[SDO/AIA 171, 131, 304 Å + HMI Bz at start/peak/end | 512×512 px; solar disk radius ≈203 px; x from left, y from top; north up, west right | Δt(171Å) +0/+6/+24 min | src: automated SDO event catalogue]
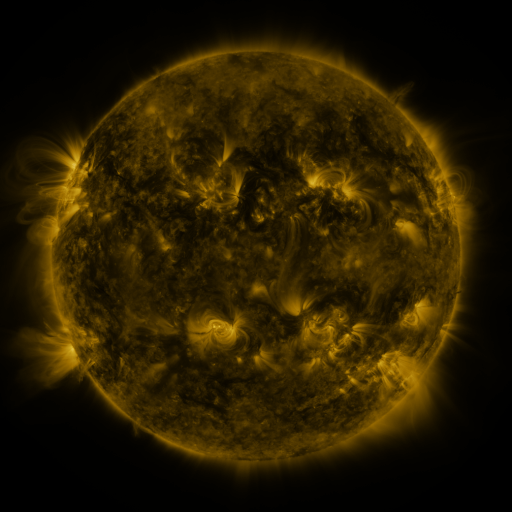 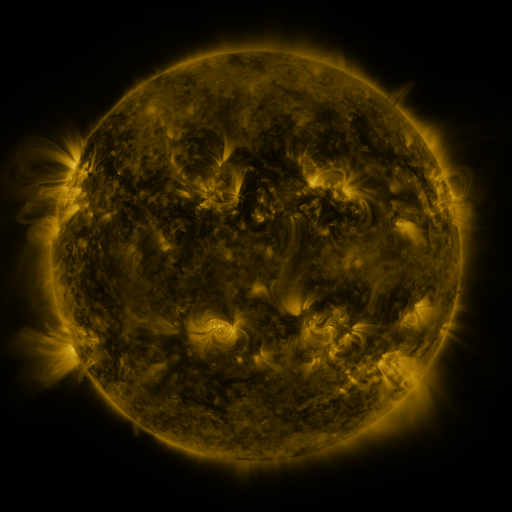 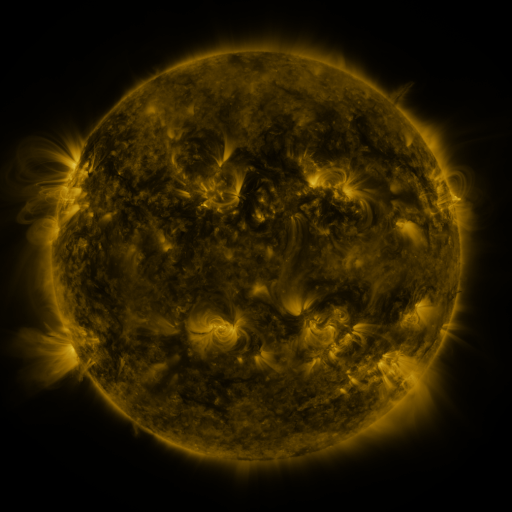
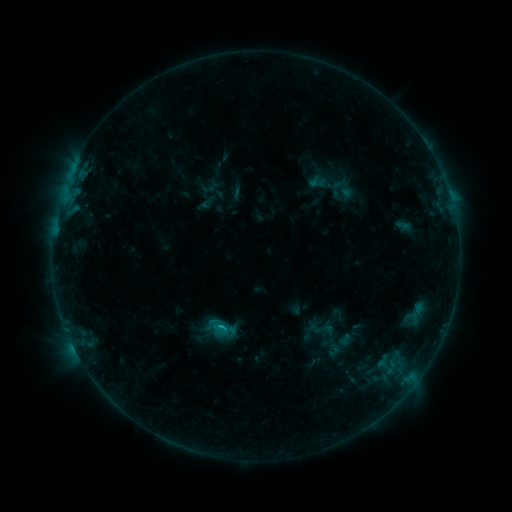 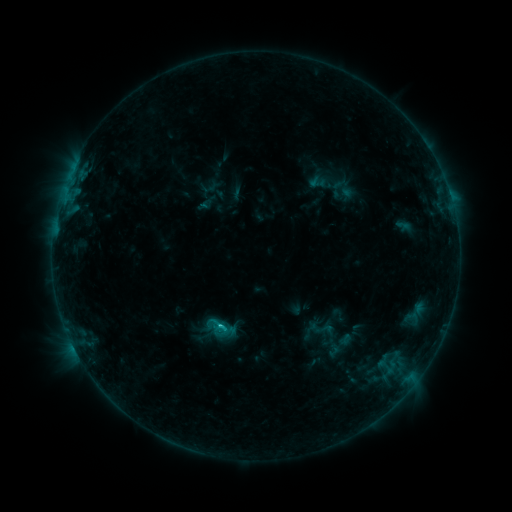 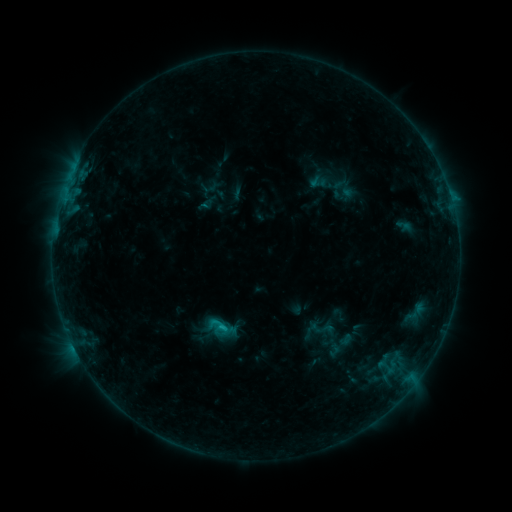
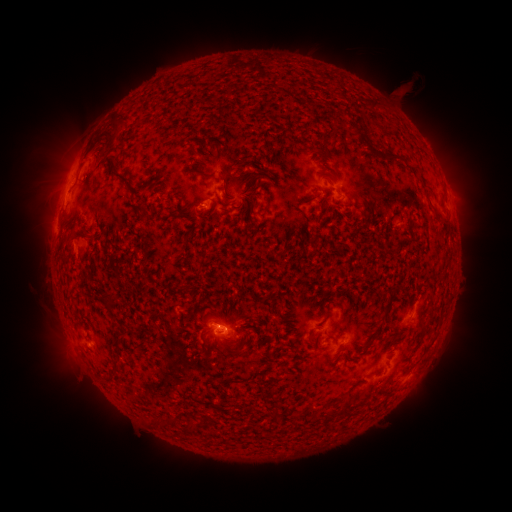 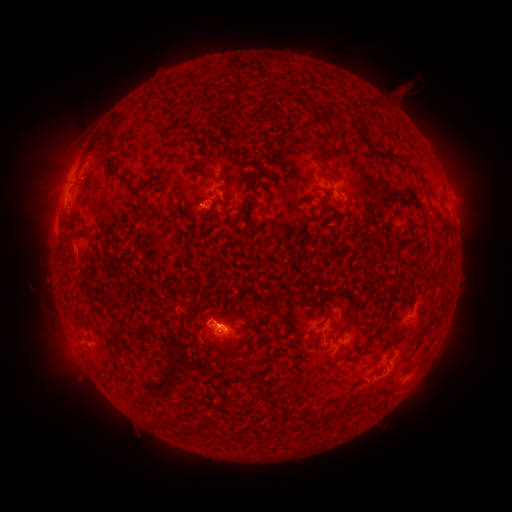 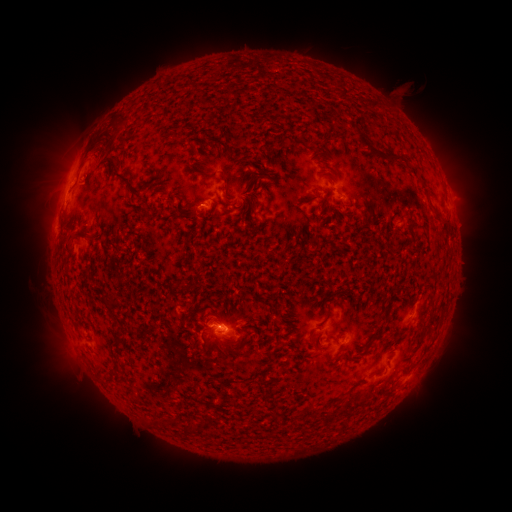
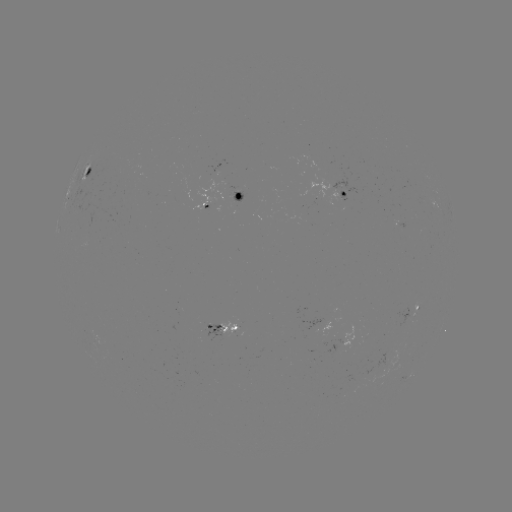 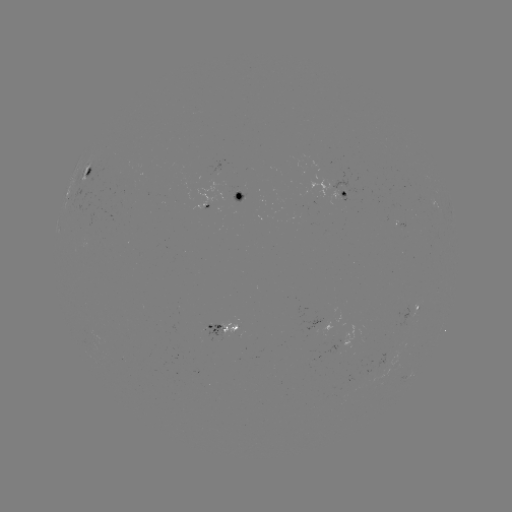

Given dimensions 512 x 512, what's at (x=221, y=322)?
C1.0 flare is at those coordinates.